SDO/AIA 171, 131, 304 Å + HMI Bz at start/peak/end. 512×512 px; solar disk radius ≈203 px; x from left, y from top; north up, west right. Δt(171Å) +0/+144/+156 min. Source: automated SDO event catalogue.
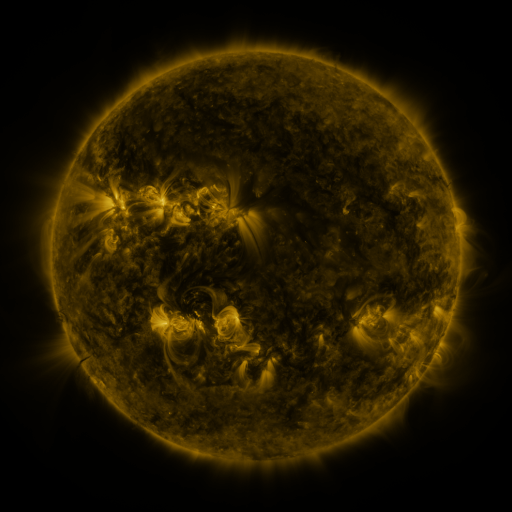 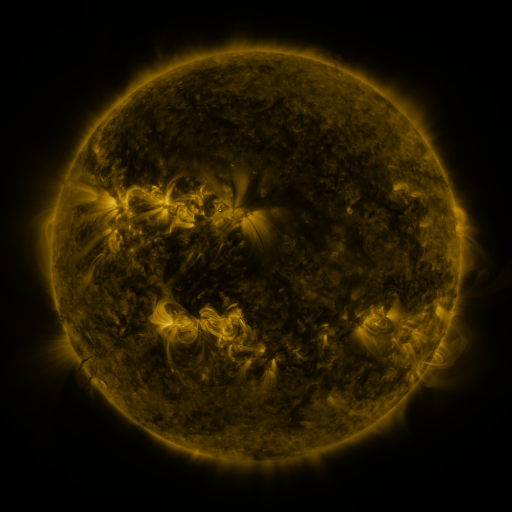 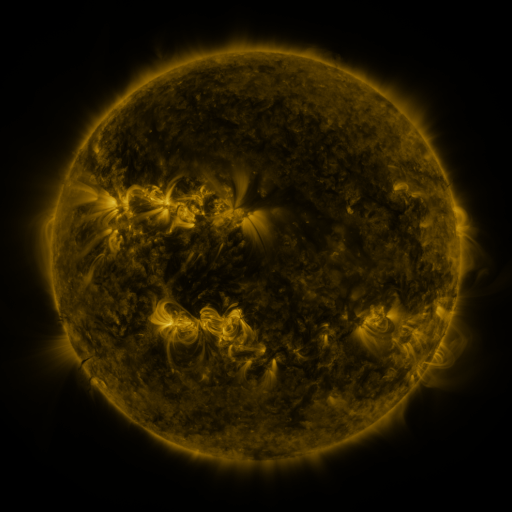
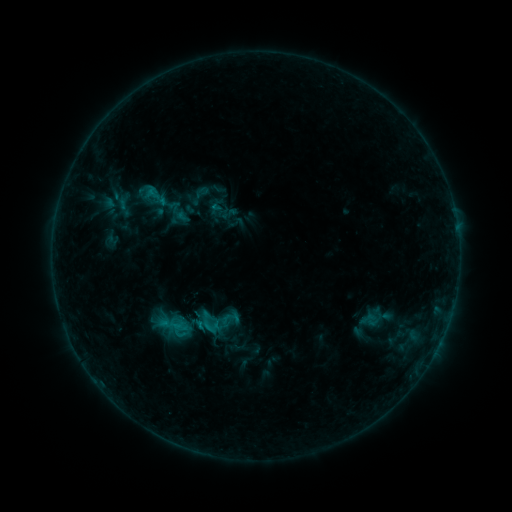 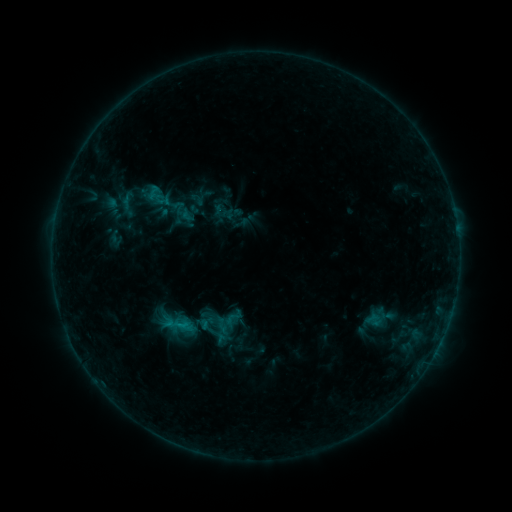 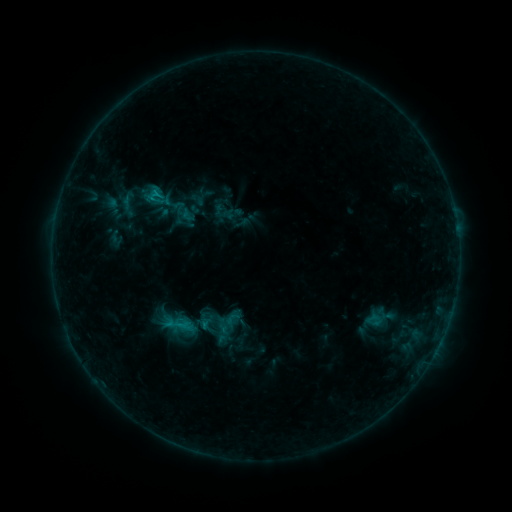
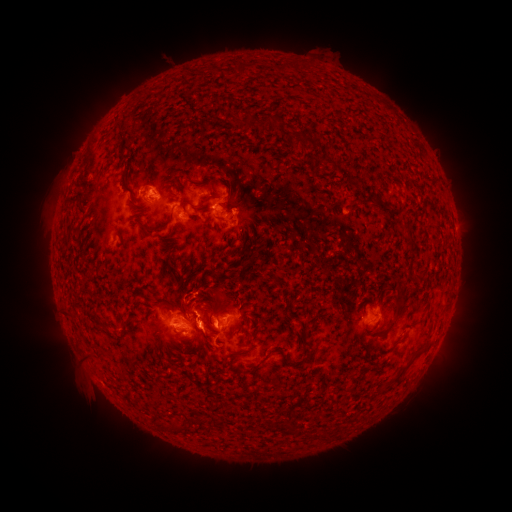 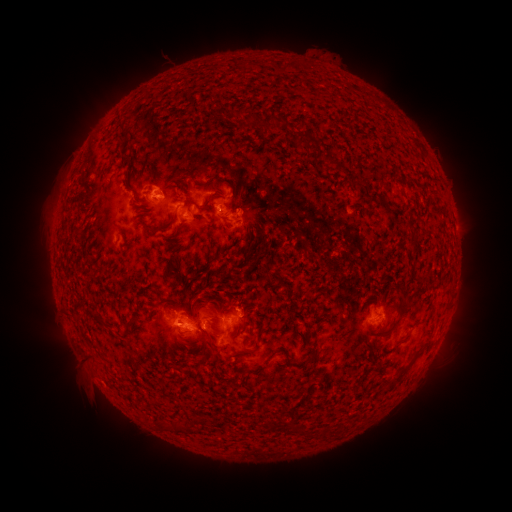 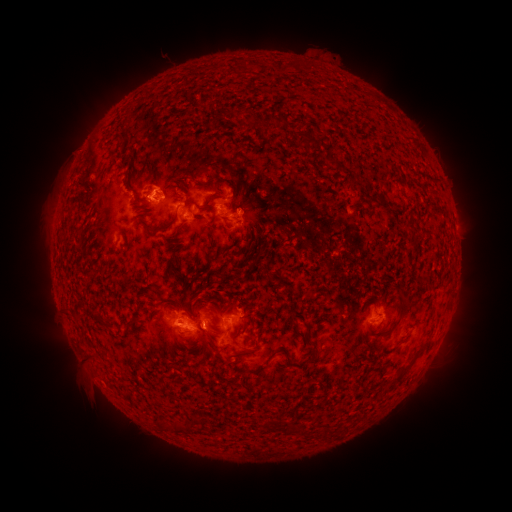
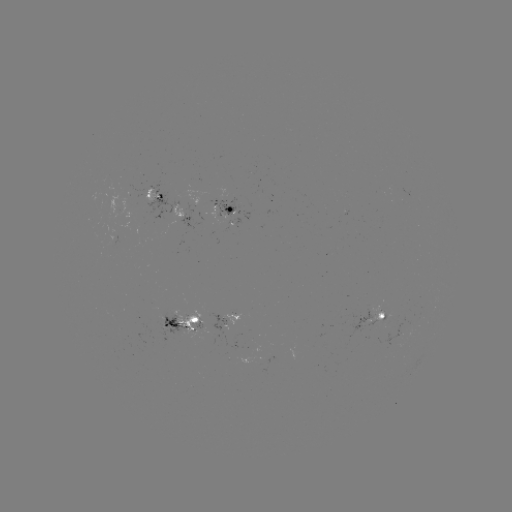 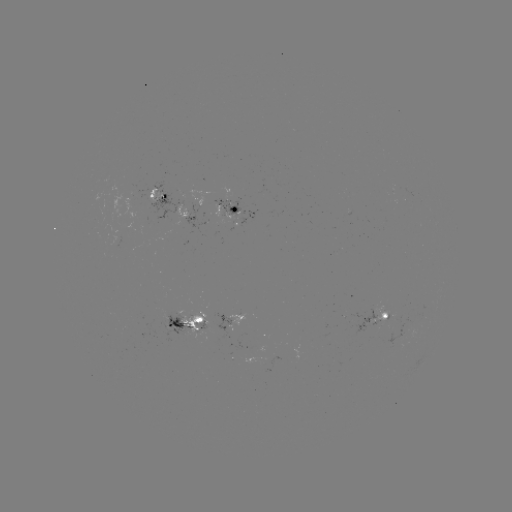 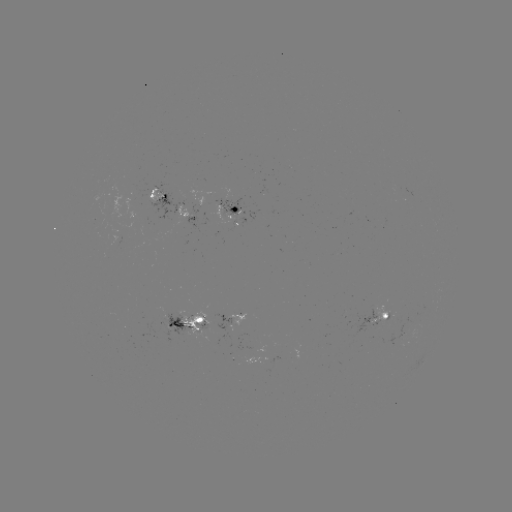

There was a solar emerging-flux region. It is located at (231, 200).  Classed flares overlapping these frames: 2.